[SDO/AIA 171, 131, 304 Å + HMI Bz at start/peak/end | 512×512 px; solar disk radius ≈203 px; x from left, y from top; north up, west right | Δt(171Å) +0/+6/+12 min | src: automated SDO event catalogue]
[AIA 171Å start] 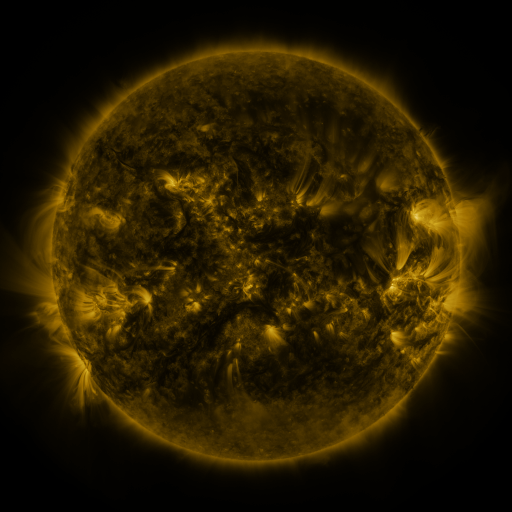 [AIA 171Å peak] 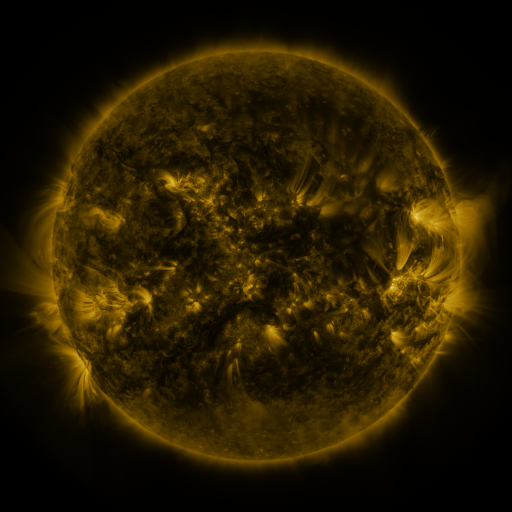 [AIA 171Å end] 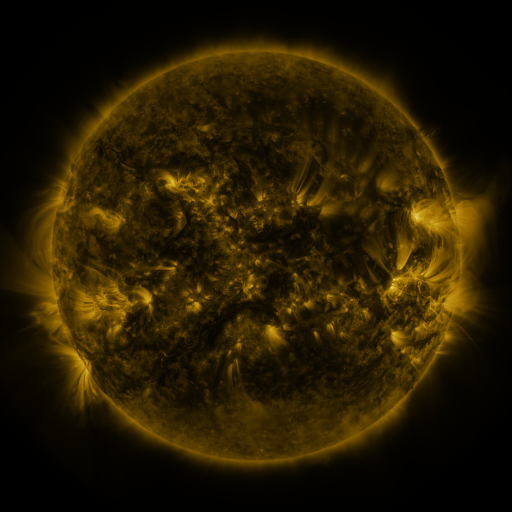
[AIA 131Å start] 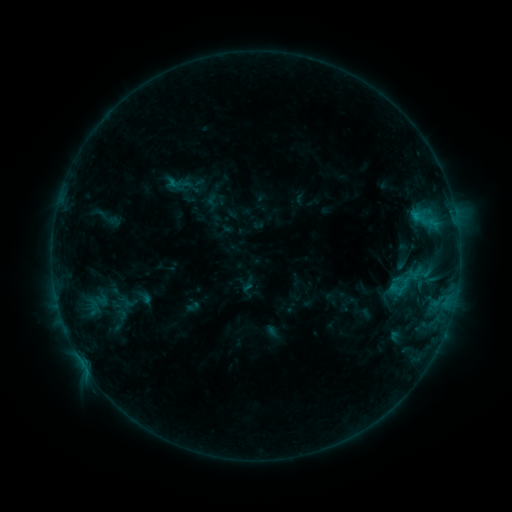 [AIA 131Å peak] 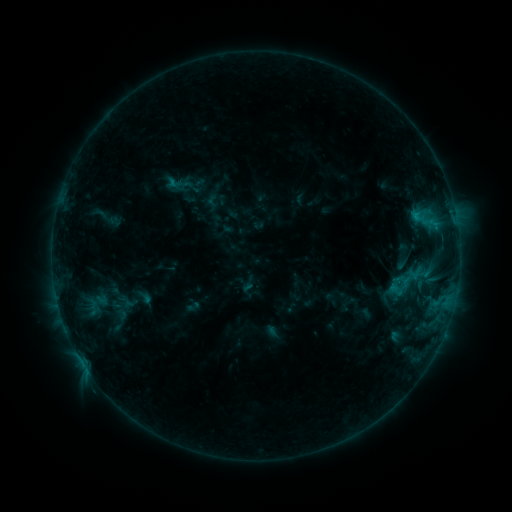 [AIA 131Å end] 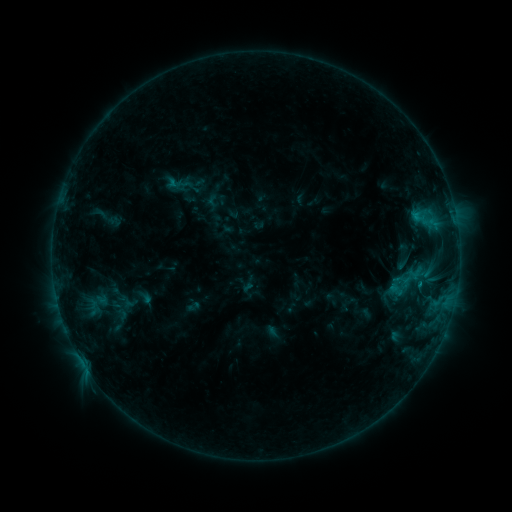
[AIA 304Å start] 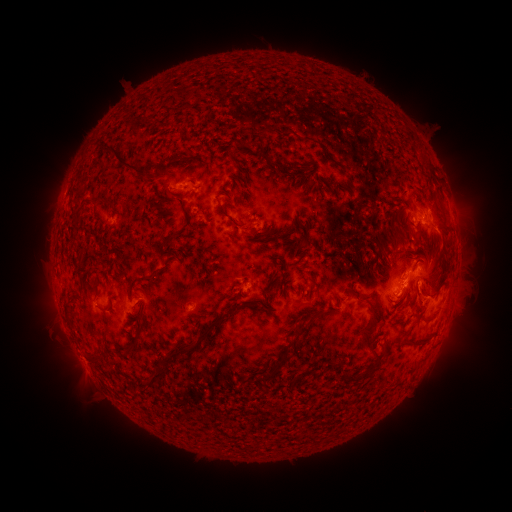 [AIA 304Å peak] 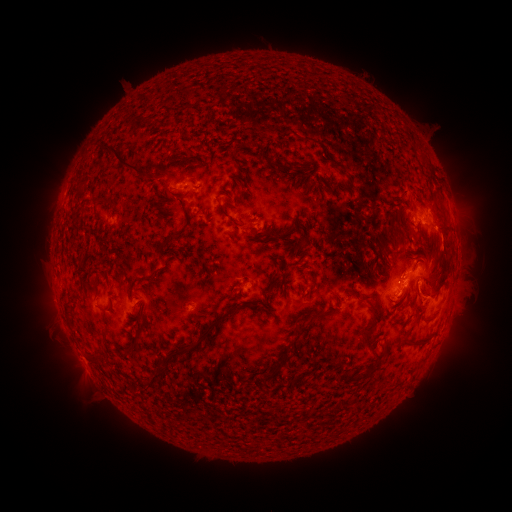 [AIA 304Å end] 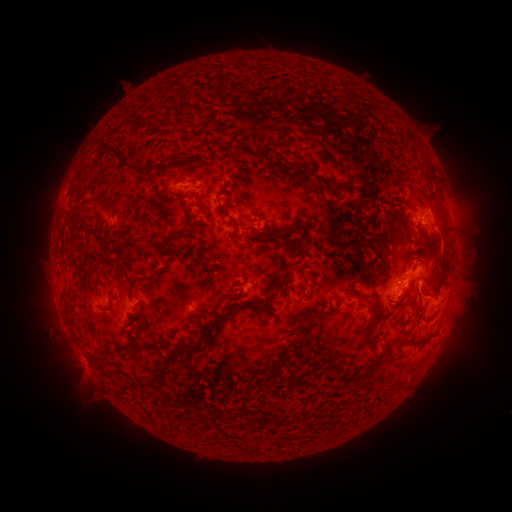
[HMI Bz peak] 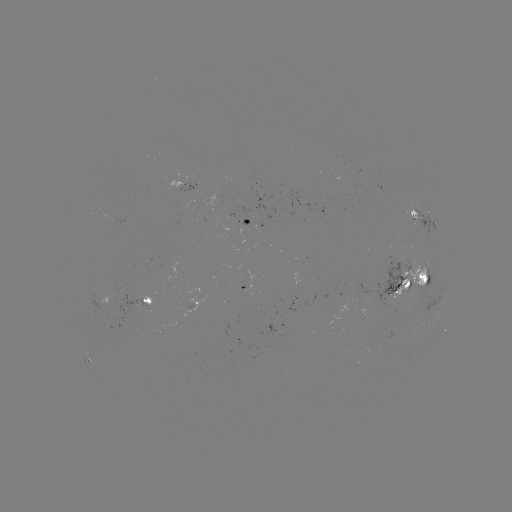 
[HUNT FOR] eruption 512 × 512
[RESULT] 446,238